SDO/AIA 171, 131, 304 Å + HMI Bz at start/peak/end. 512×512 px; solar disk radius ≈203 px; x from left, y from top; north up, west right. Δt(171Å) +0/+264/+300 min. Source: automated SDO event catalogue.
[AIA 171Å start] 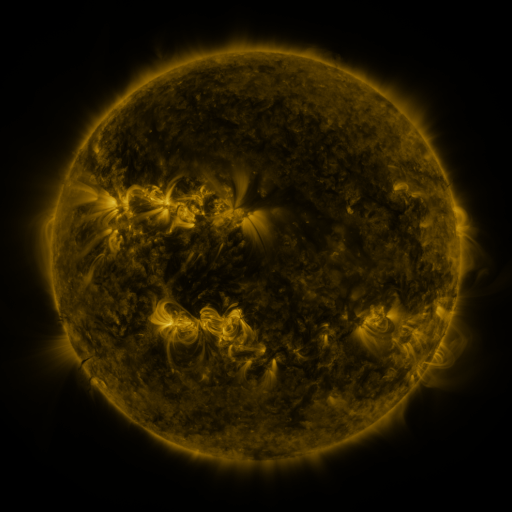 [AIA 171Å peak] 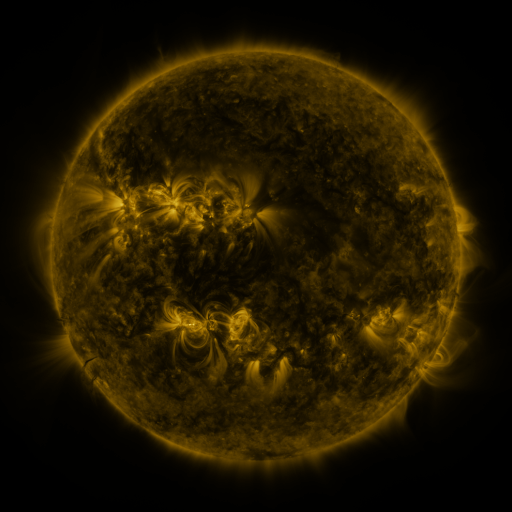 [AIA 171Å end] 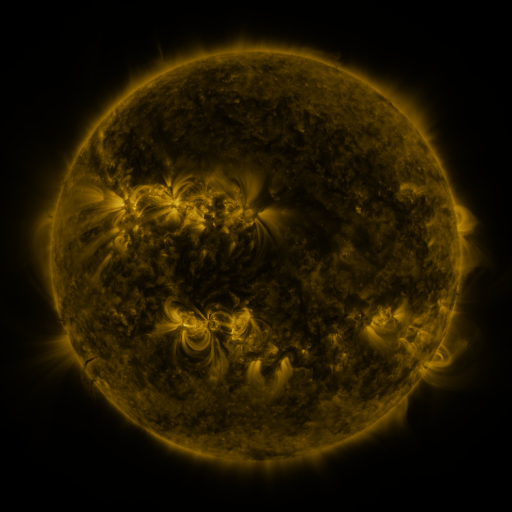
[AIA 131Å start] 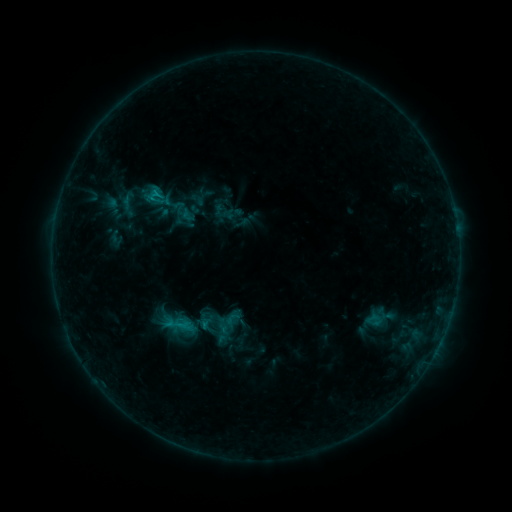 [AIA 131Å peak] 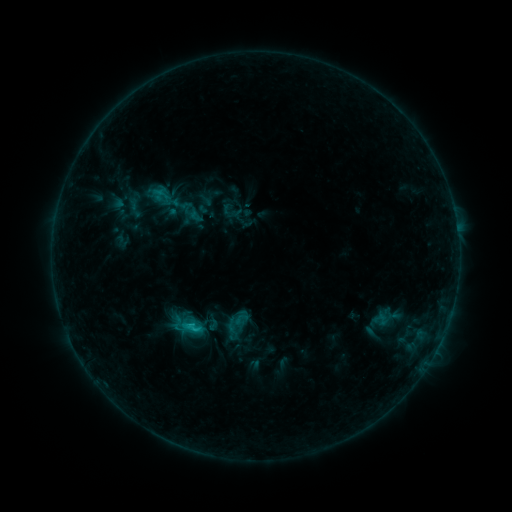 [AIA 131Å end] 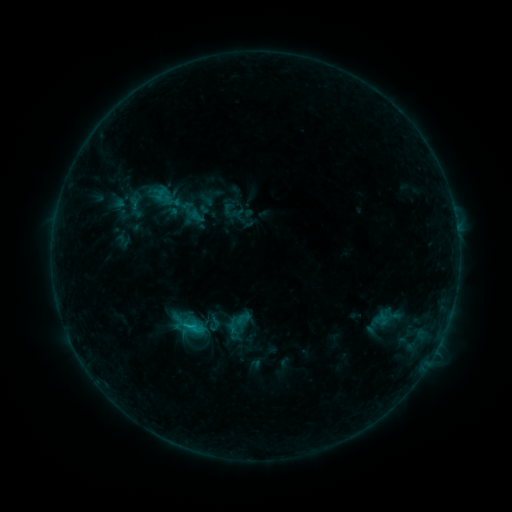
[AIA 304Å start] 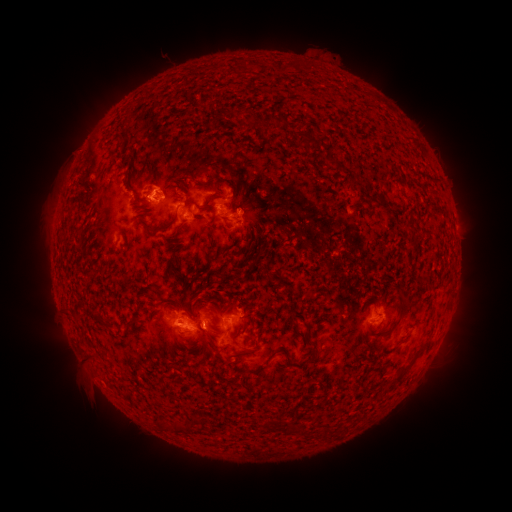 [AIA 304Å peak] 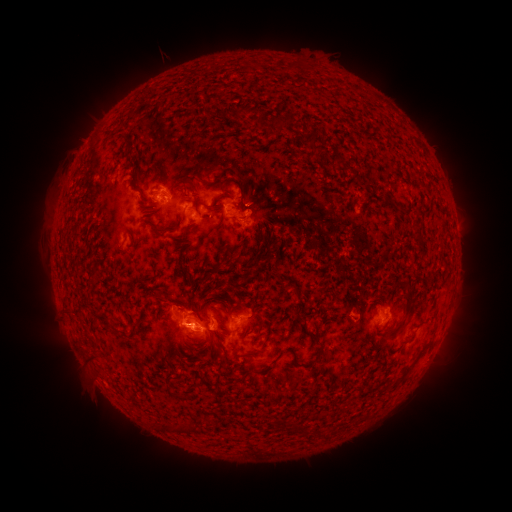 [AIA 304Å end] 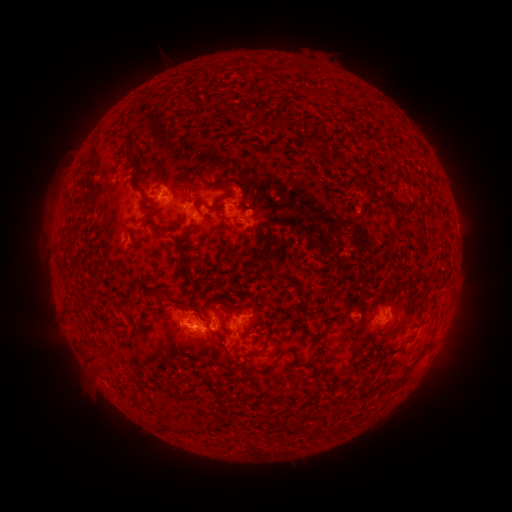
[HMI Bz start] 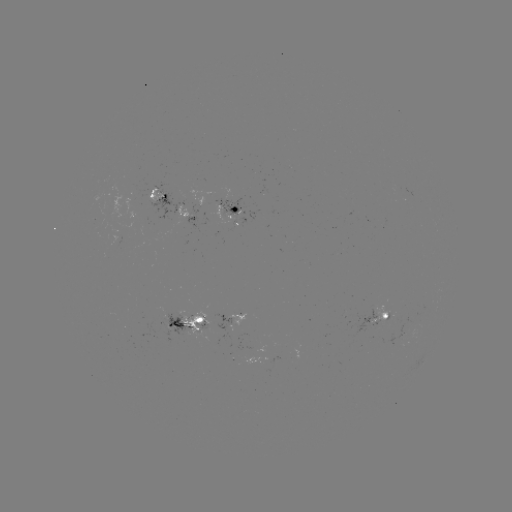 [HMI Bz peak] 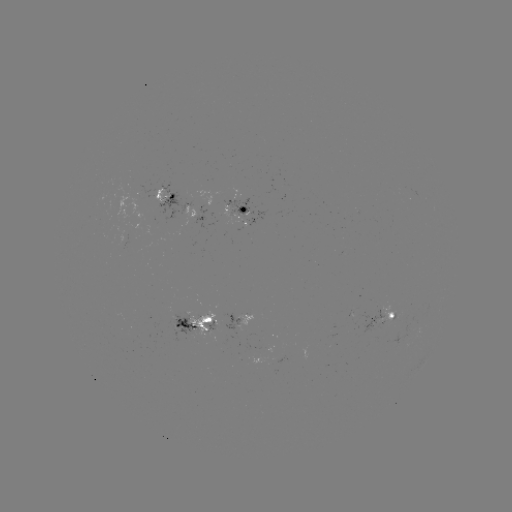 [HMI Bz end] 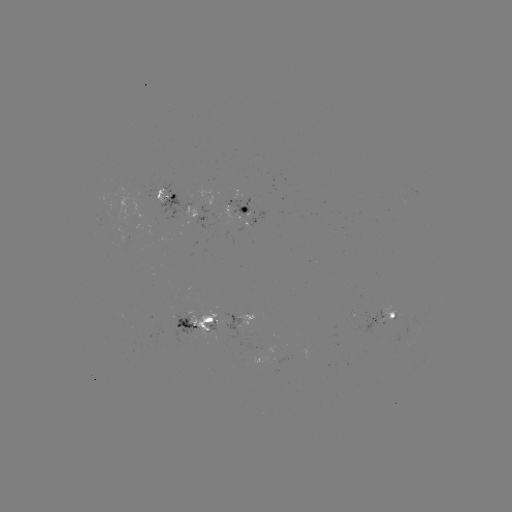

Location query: emerging-flux region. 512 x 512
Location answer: (158, 197).